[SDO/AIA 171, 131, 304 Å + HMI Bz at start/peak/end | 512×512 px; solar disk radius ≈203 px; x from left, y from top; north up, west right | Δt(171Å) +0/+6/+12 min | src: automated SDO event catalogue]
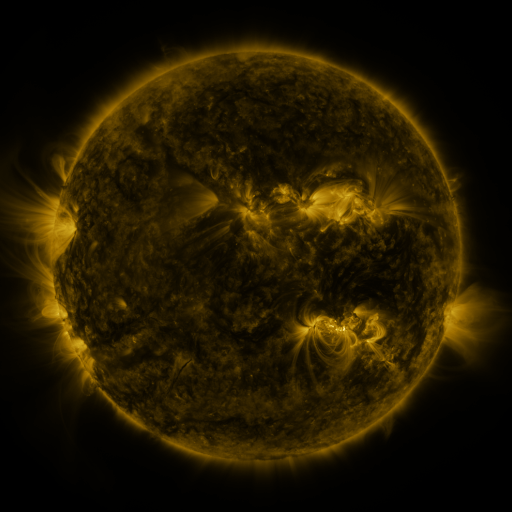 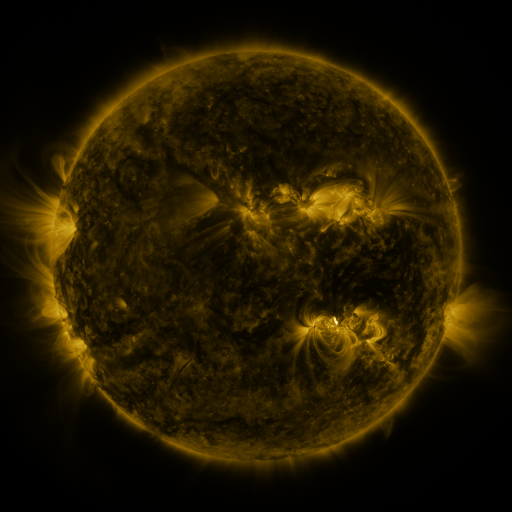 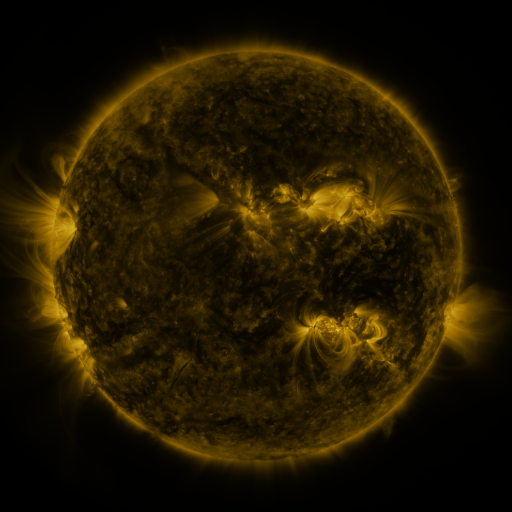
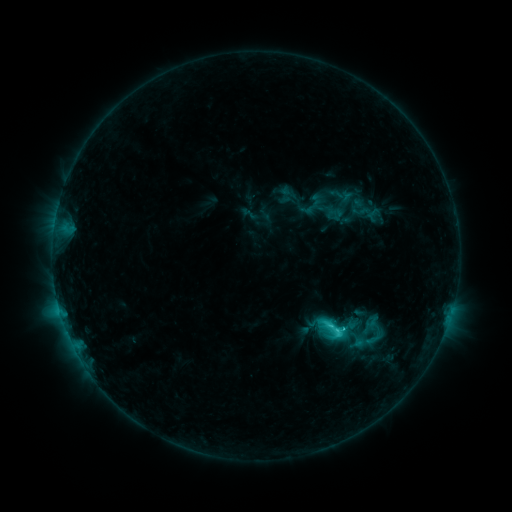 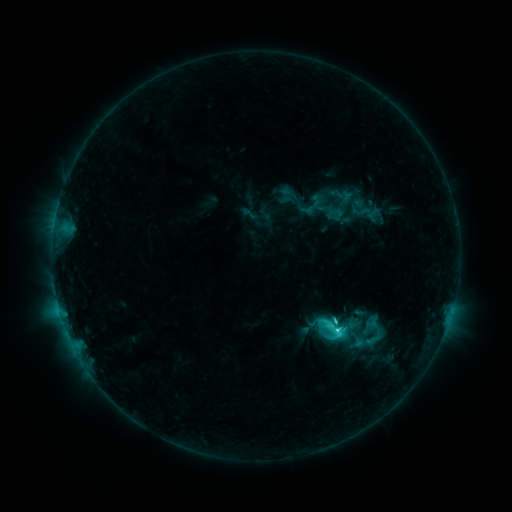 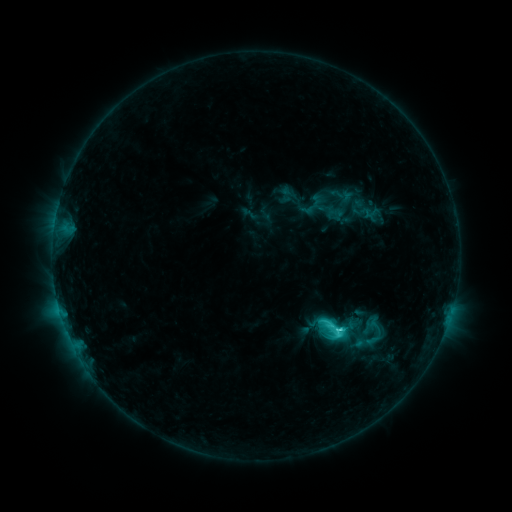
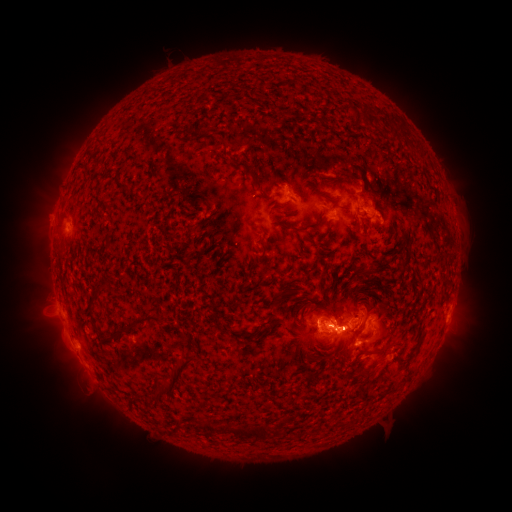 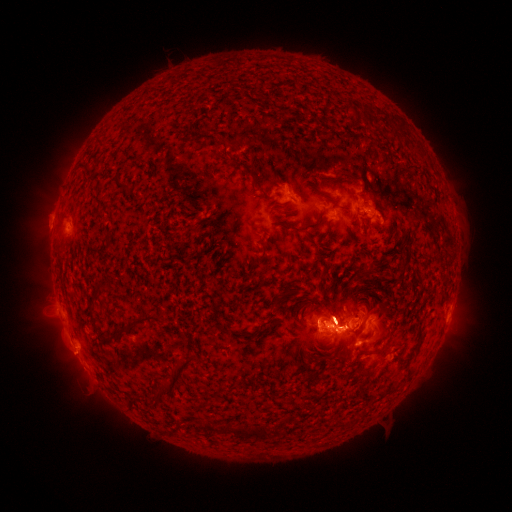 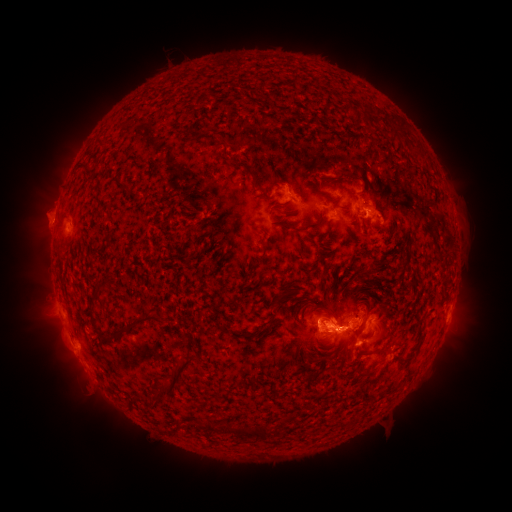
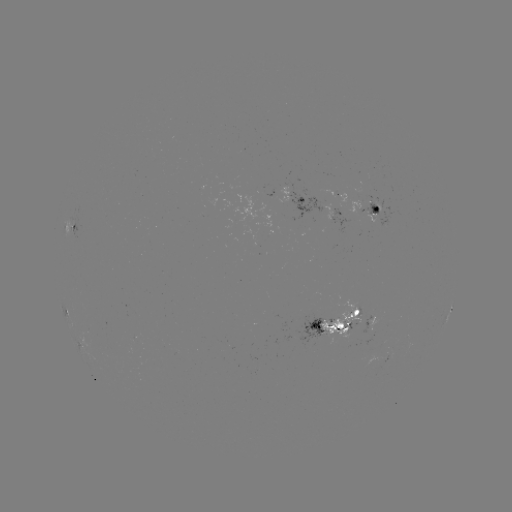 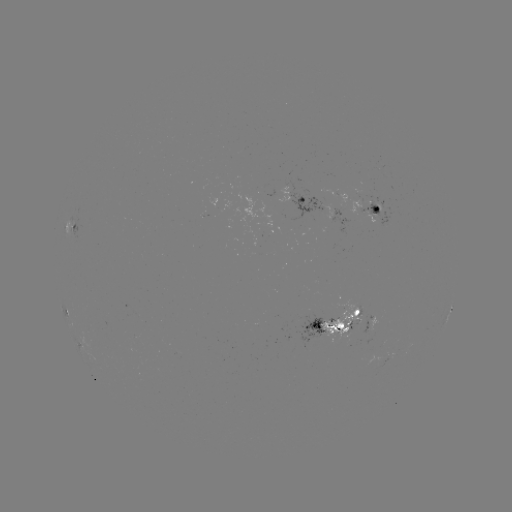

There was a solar eruption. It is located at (343, 304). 